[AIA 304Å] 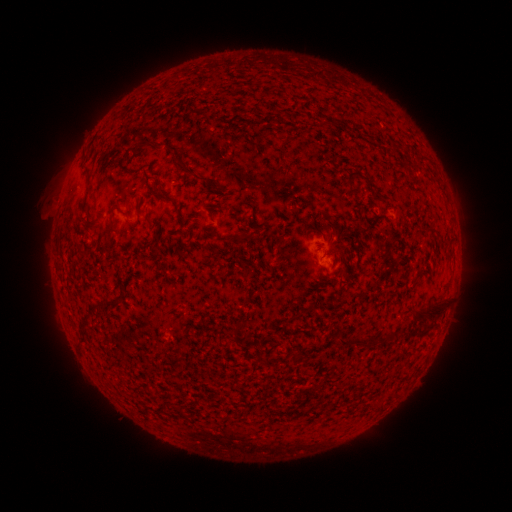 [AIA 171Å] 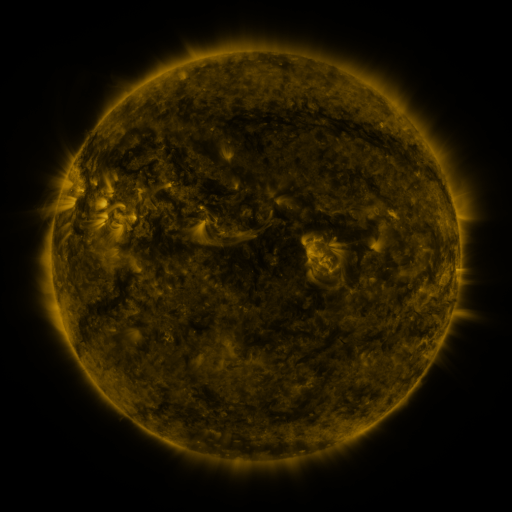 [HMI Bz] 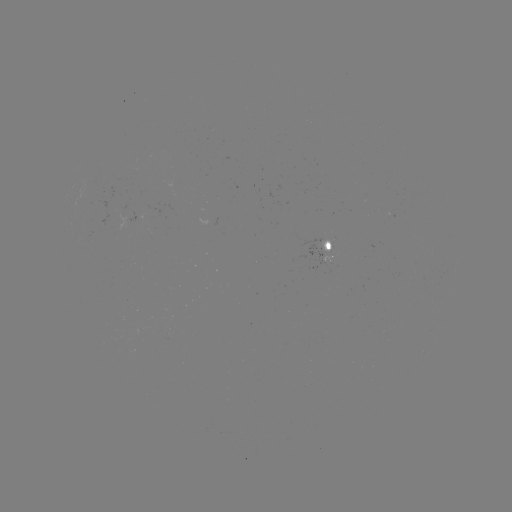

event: spotted active region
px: (332, 252)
